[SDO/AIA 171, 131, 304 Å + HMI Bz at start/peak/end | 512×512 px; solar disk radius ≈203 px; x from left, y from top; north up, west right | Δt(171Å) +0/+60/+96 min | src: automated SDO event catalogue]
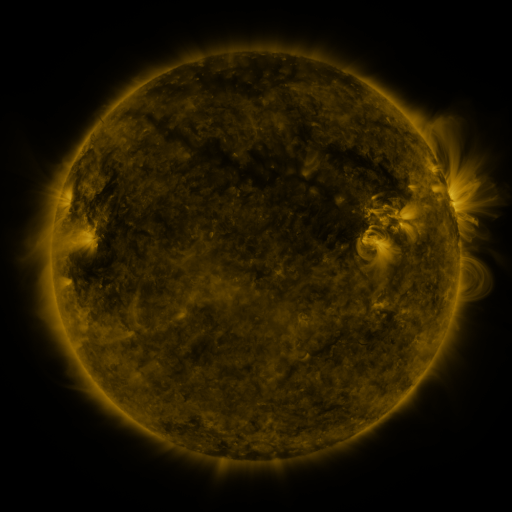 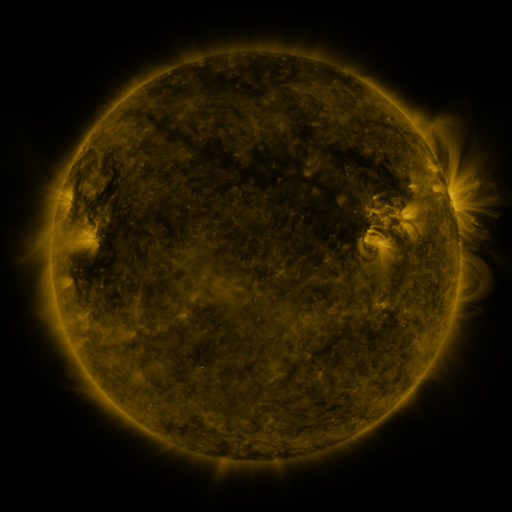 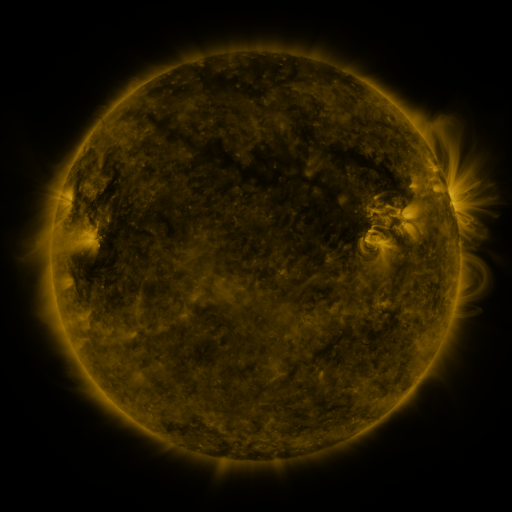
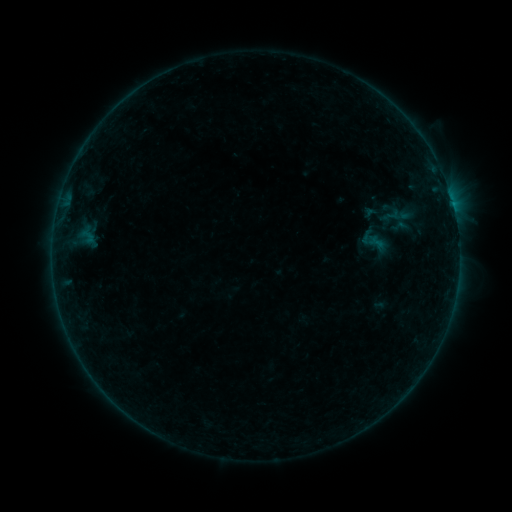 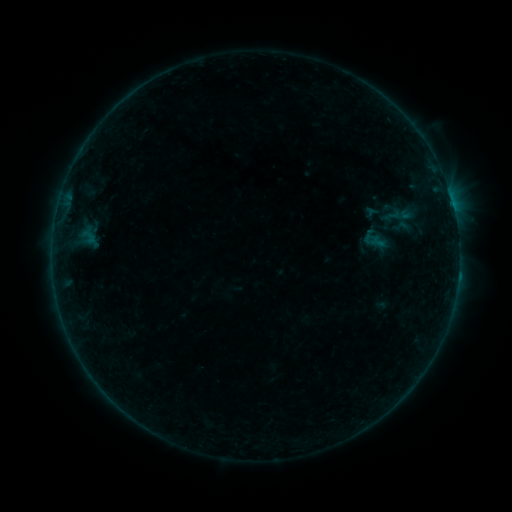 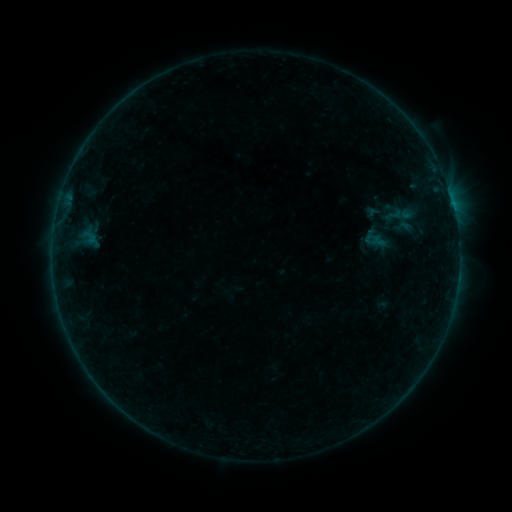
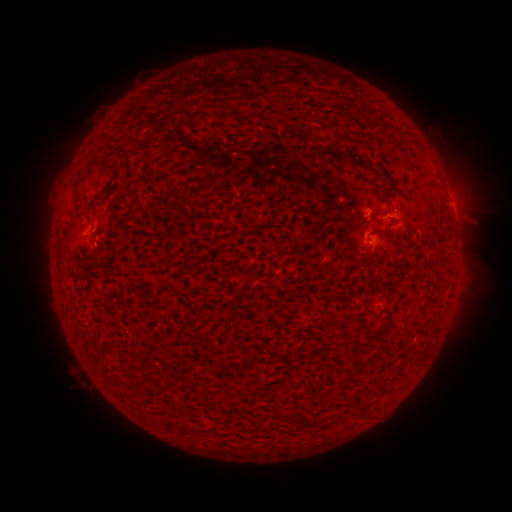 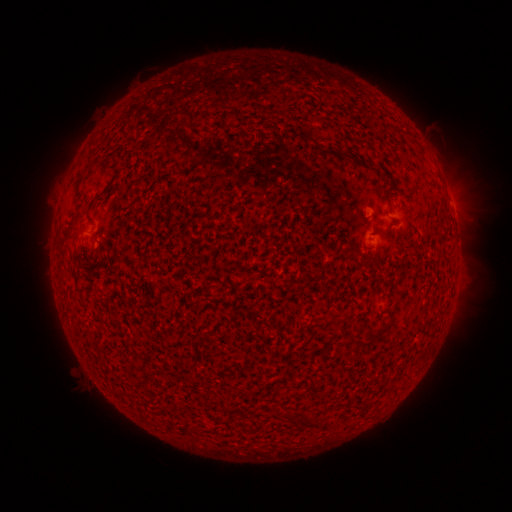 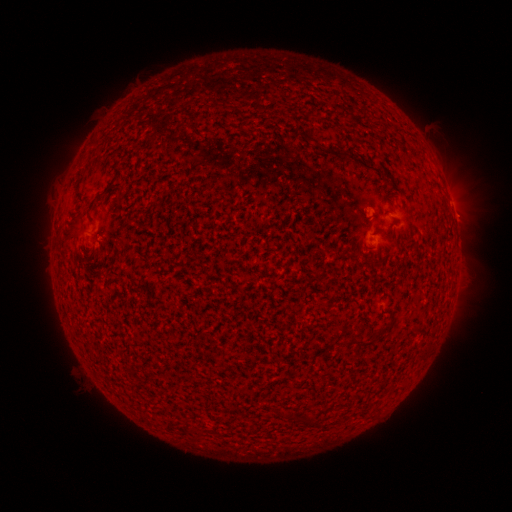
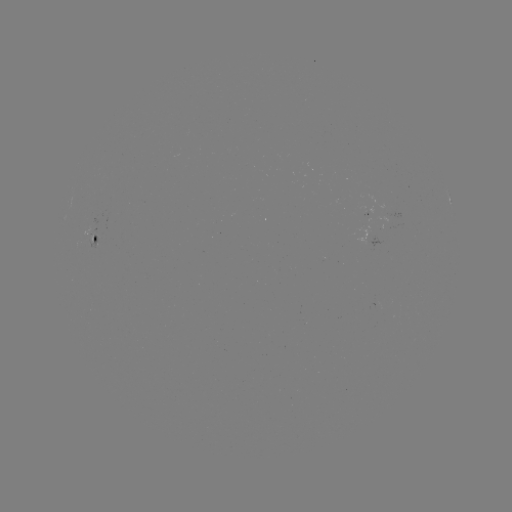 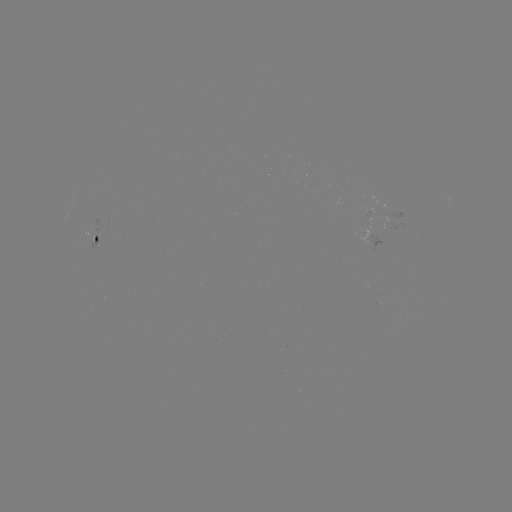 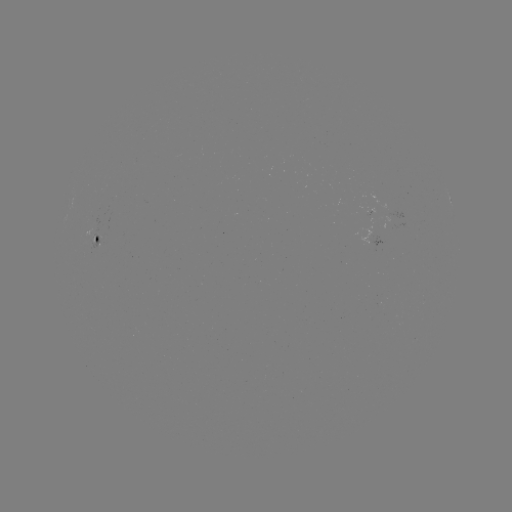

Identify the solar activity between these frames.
emerging-flux region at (97, 232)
